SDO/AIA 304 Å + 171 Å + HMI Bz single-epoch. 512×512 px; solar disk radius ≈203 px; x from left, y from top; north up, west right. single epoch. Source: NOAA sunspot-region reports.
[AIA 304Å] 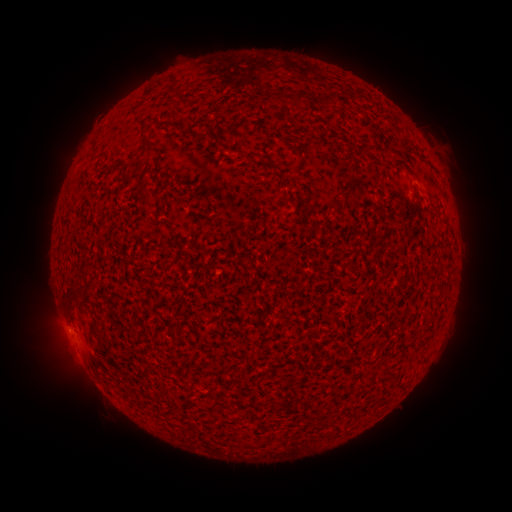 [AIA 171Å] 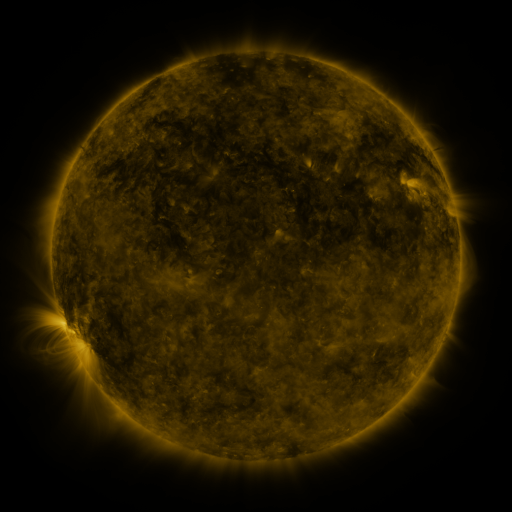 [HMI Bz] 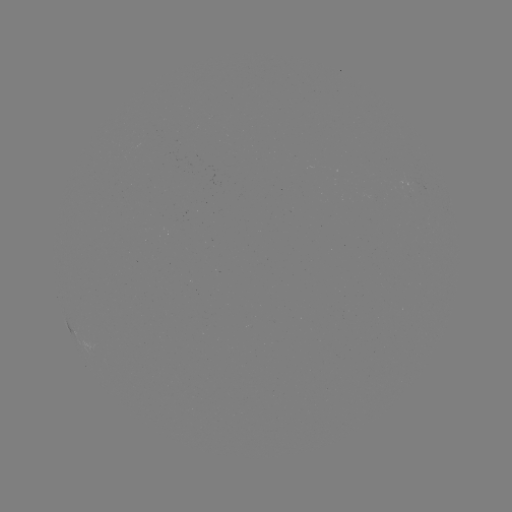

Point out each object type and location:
spotted active region: (410, 185)
